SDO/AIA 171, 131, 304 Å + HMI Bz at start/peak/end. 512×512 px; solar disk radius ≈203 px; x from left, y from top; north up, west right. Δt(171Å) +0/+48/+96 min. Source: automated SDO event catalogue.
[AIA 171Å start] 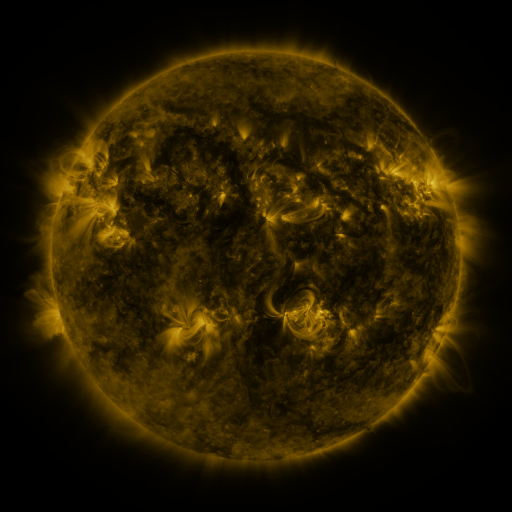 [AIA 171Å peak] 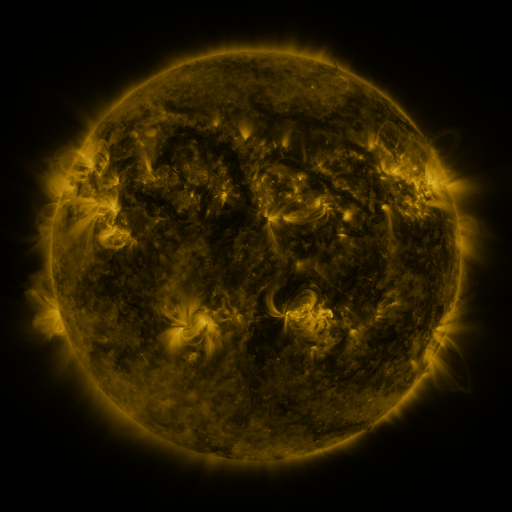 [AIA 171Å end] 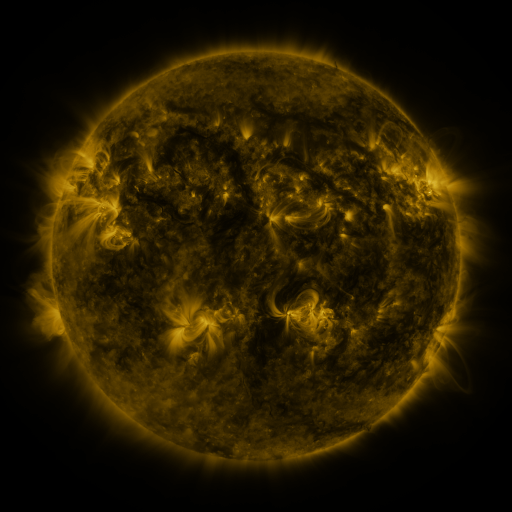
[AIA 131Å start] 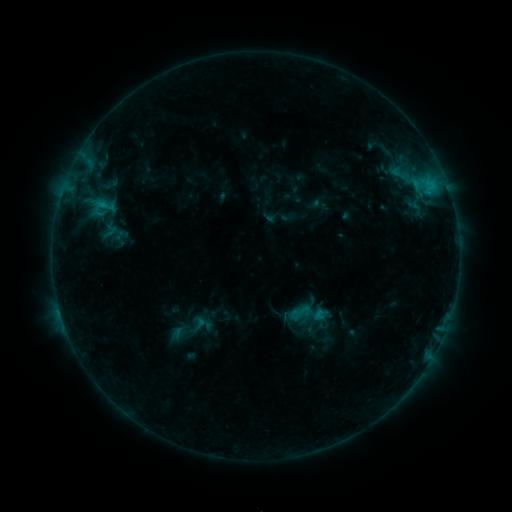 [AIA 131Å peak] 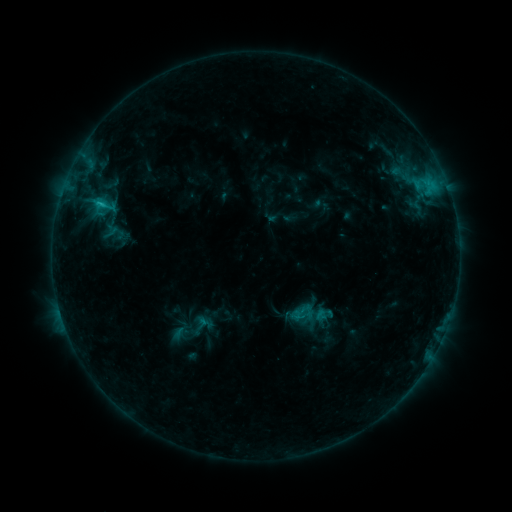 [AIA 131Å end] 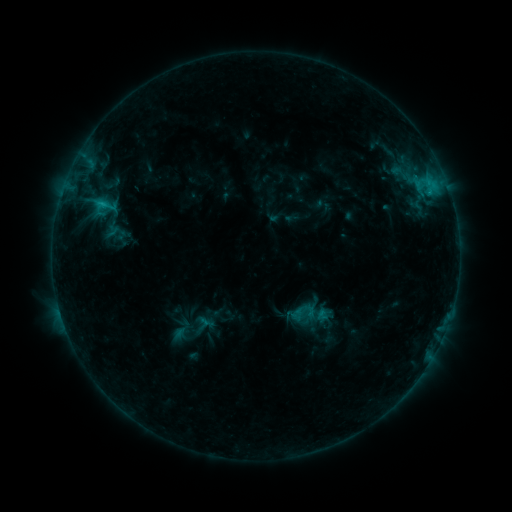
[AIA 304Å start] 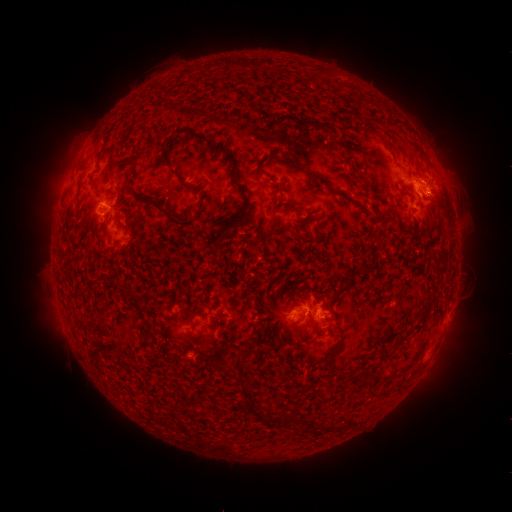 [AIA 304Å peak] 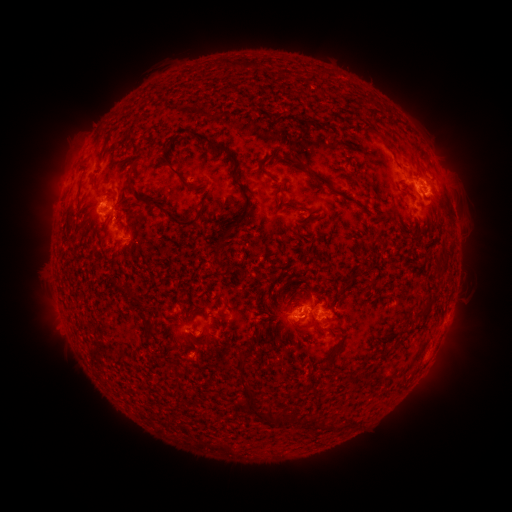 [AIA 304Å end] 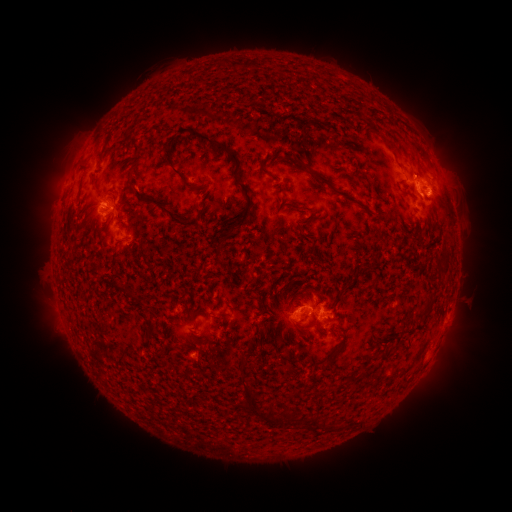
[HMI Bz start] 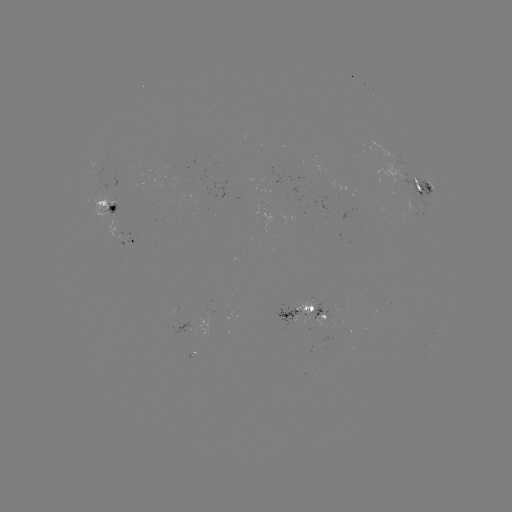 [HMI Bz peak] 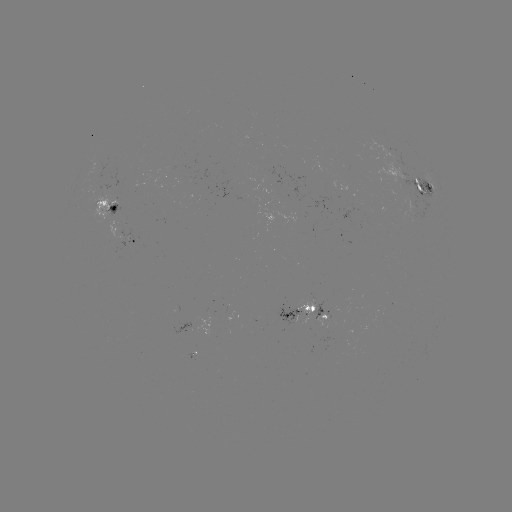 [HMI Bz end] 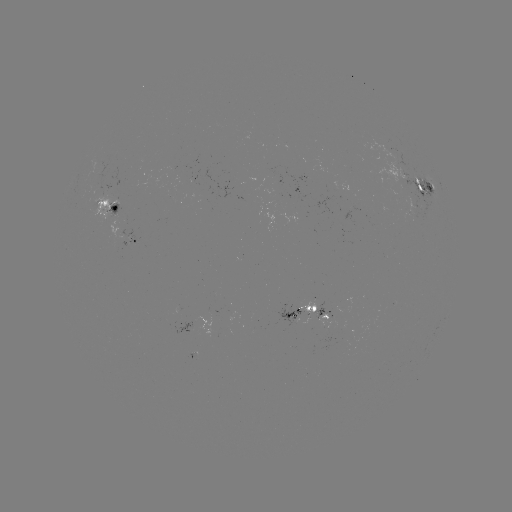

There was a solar flare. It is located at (101, 206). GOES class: C1.5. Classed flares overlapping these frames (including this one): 1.